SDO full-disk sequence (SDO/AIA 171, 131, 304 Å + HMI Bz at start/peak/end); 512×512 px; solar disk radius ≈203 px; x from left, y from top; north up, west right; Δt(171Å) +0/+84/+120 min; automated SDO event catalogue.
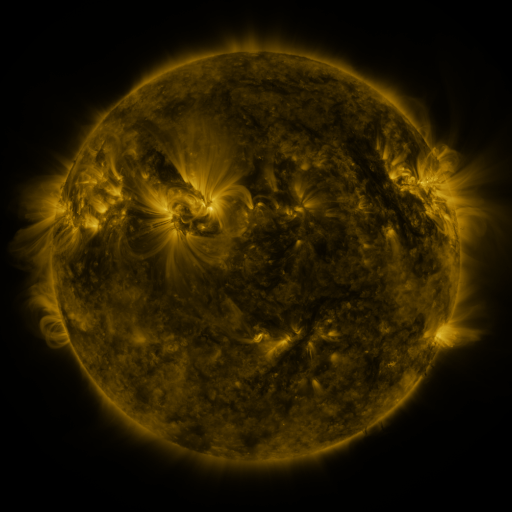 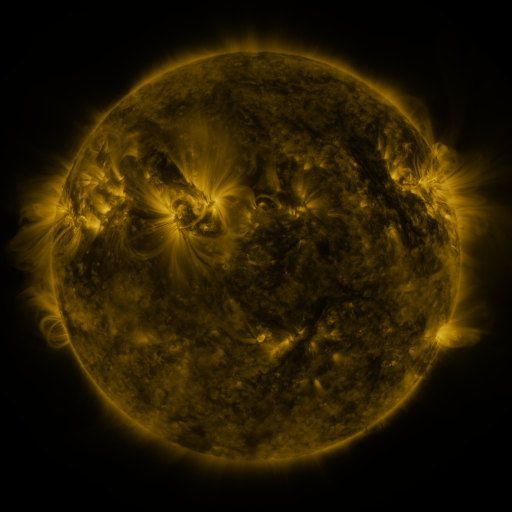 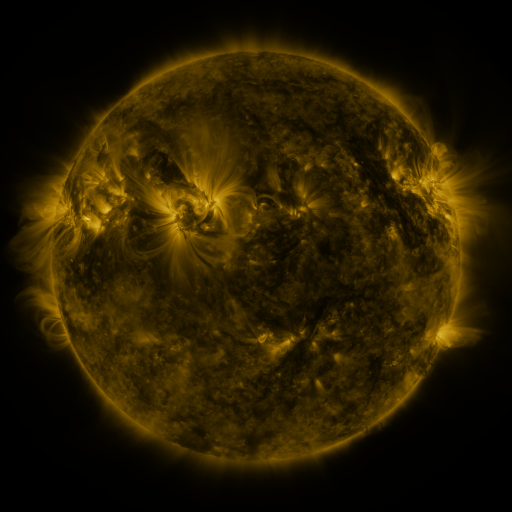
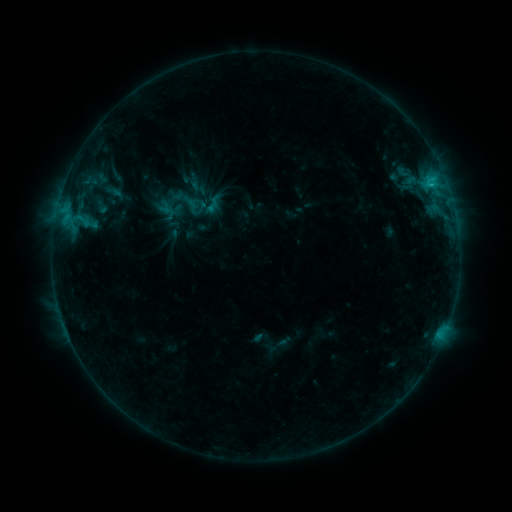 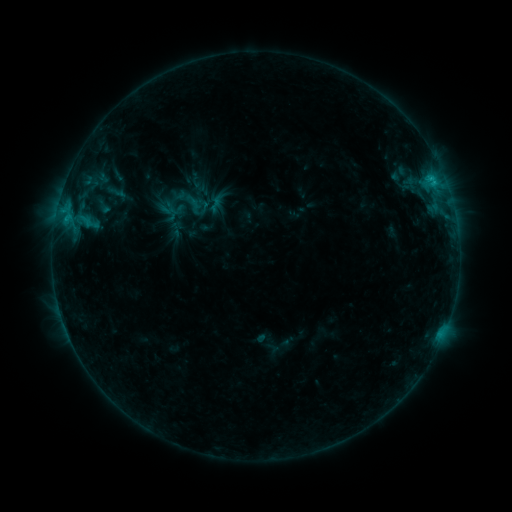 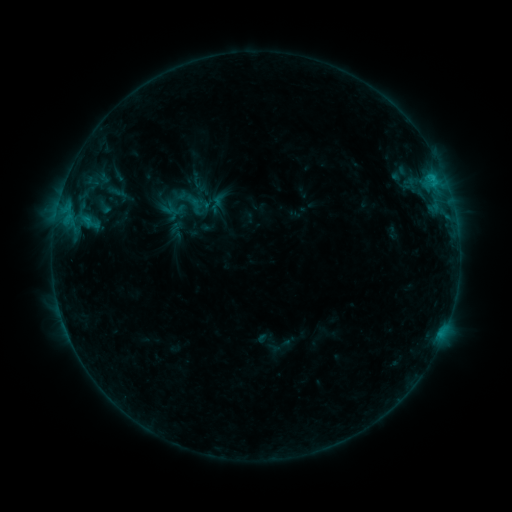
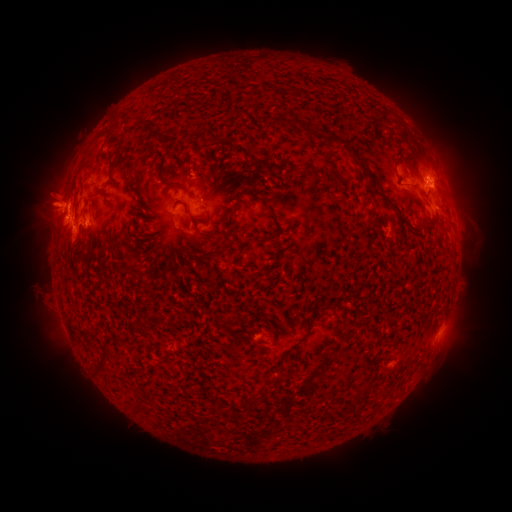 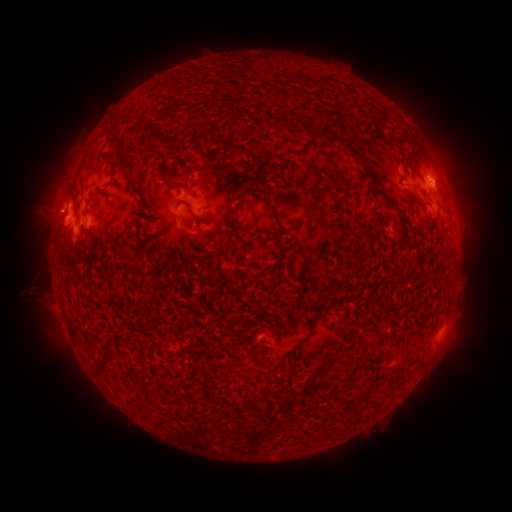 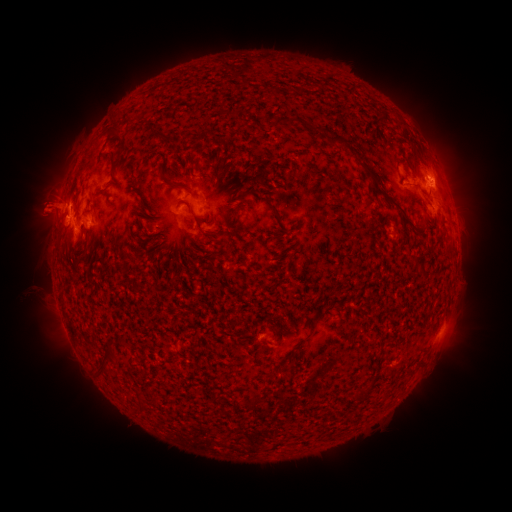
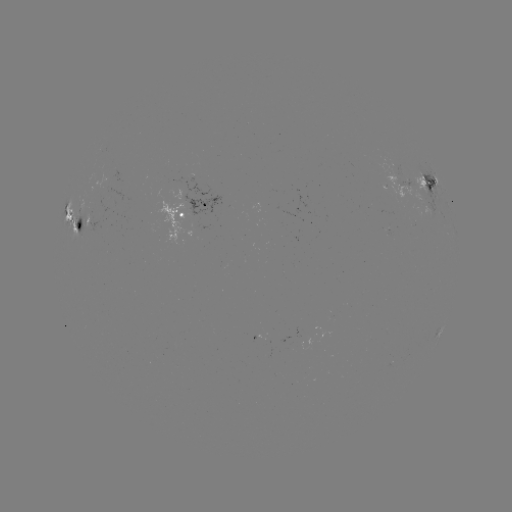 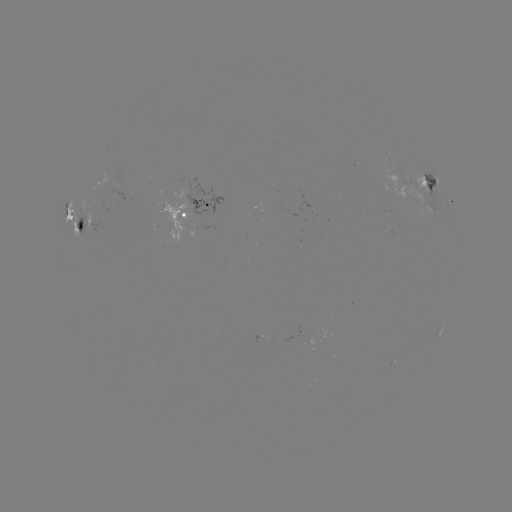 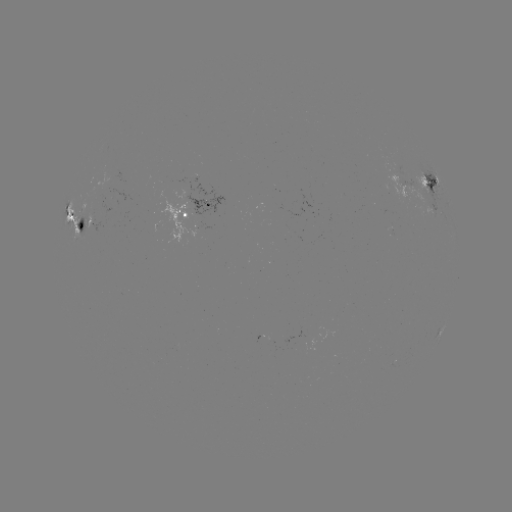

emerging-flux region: <bbox>84, 204, 101, 233</bbox>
